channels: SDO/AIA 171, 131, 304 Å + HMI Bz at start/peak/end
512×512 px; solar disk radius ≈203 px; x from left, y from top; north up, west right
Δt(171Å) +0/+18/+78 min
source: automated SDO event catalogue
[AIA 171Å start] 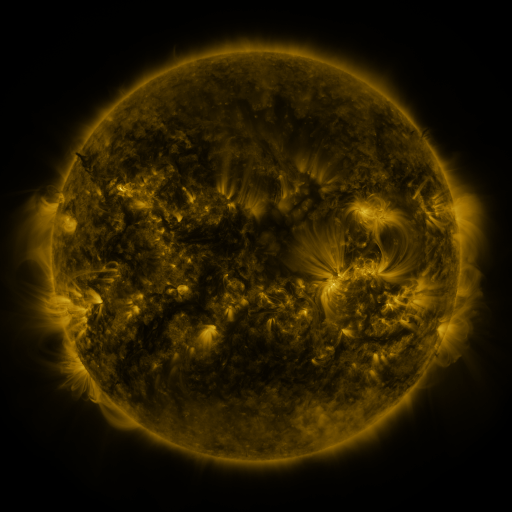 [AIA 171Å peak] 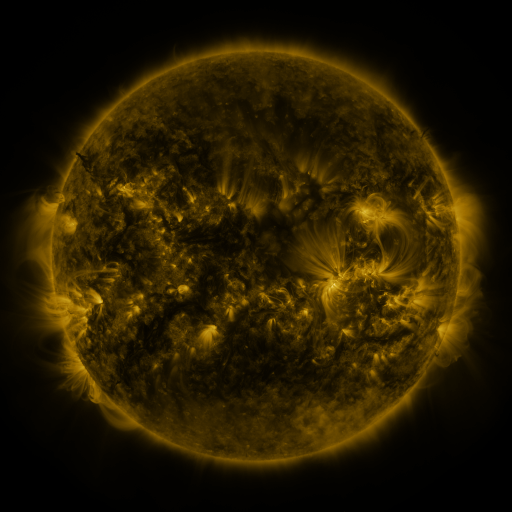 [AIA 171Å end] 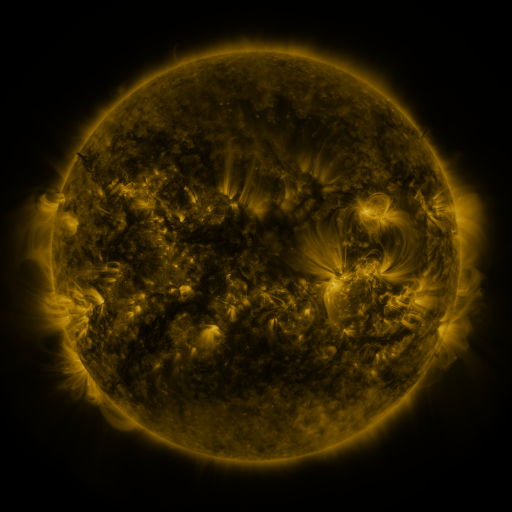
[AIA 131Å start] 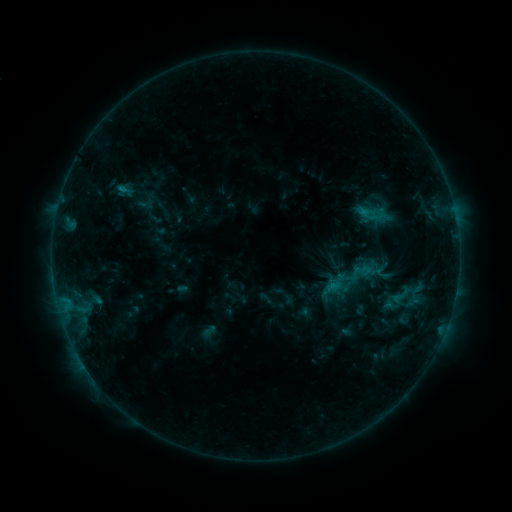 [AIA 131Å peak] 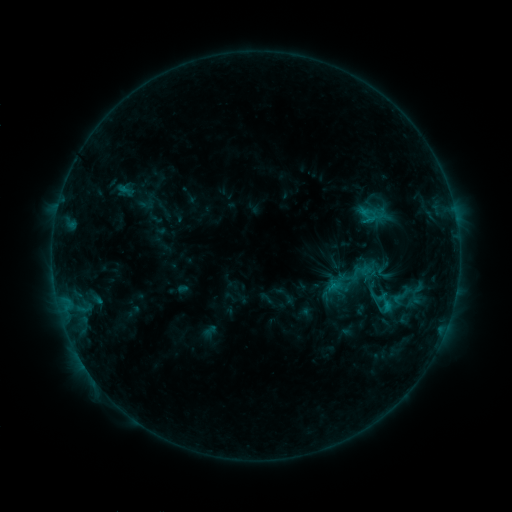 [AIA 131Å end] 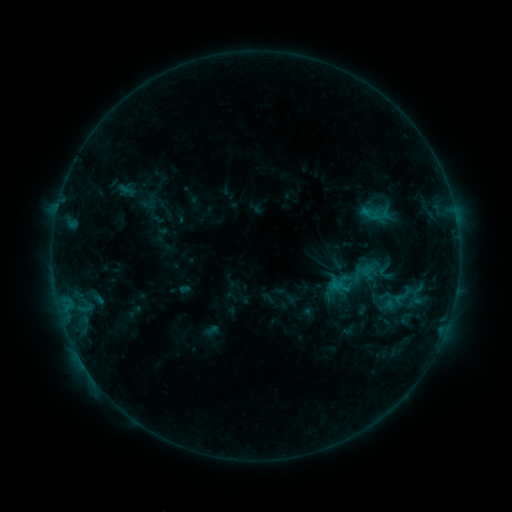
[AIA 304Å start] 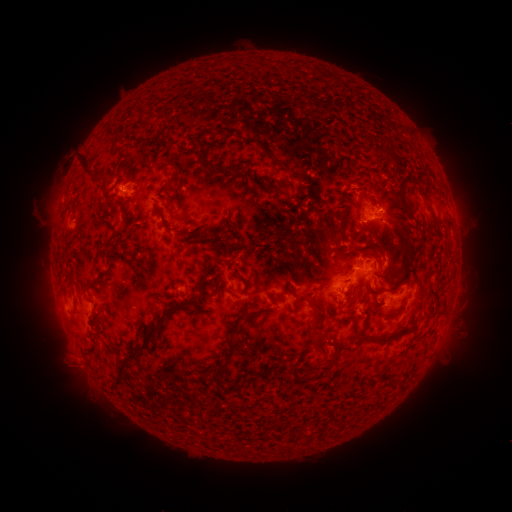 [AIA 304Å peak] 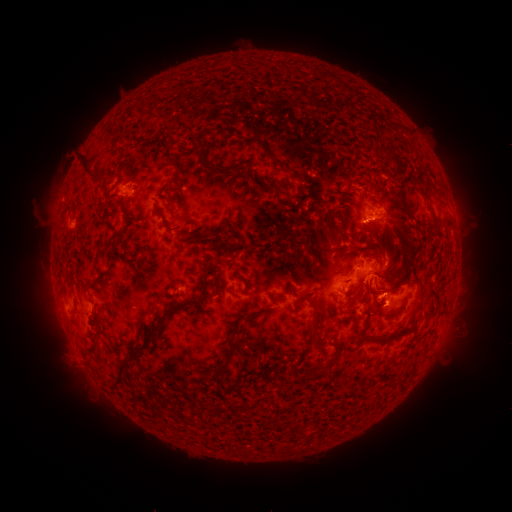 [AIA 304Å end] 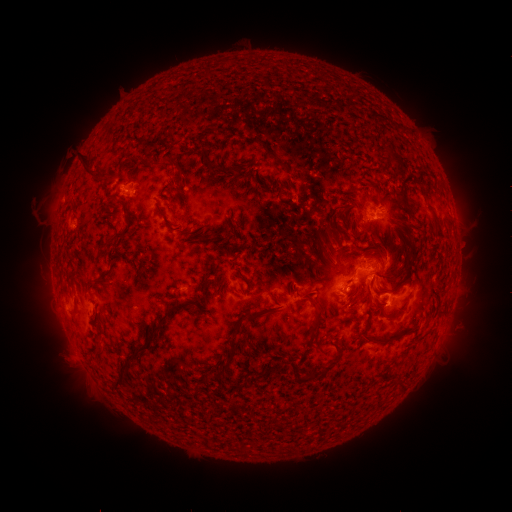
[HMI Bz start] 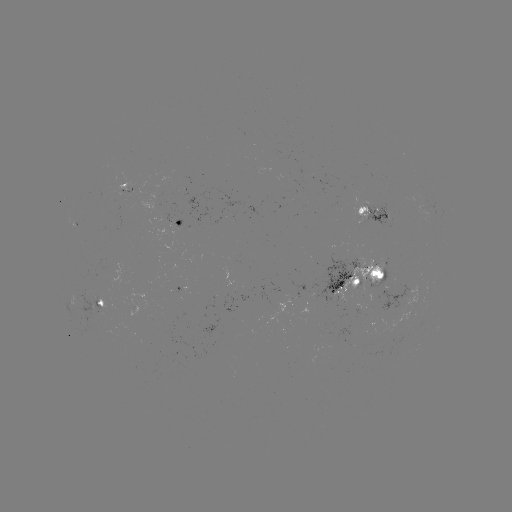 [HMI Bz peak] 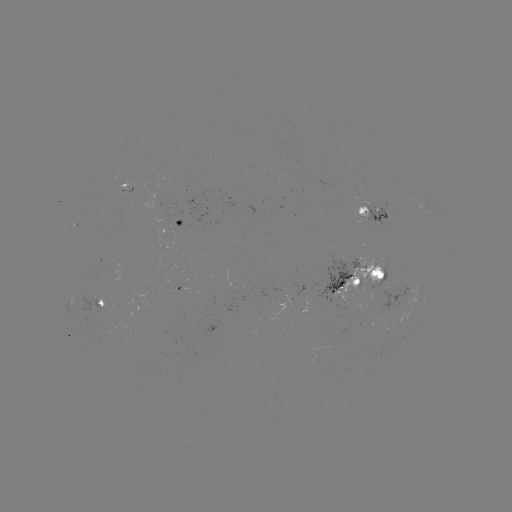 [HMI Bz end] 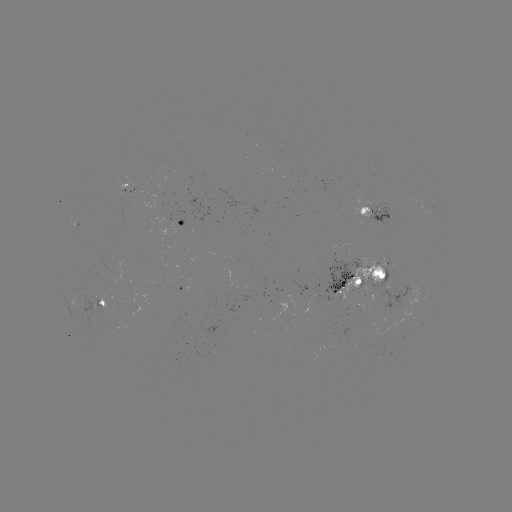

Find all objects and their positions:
C1.4 flare: (363, 222)
